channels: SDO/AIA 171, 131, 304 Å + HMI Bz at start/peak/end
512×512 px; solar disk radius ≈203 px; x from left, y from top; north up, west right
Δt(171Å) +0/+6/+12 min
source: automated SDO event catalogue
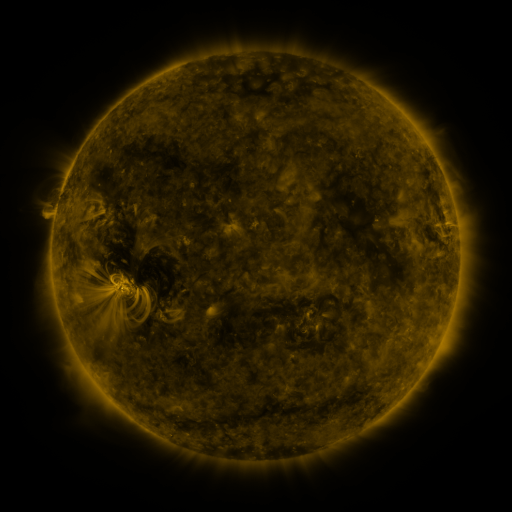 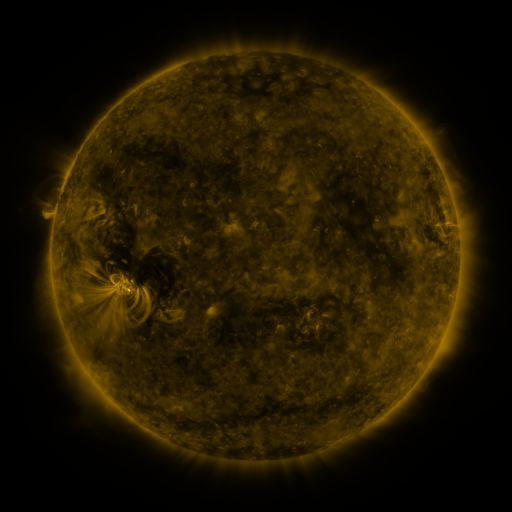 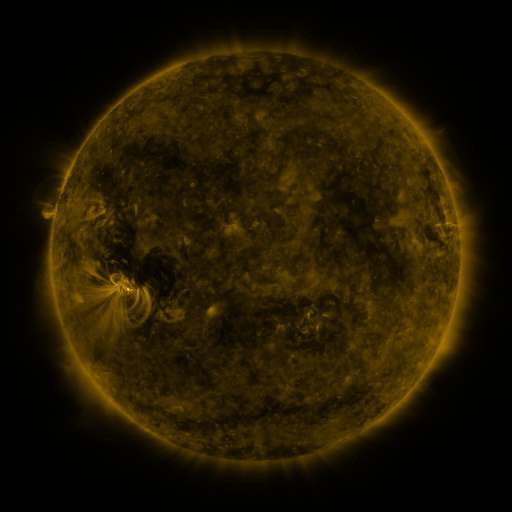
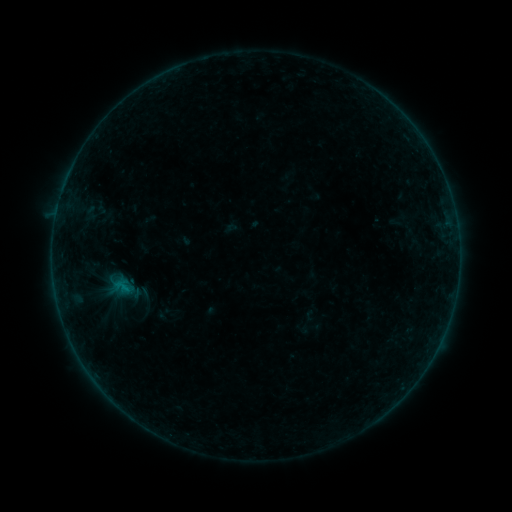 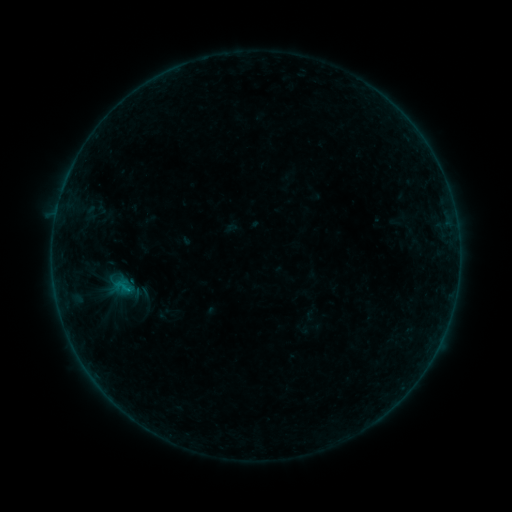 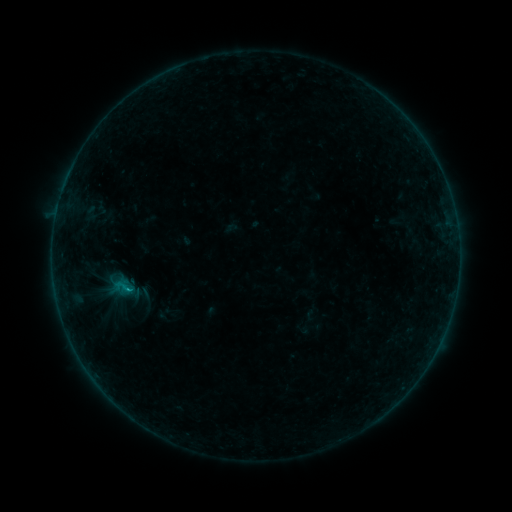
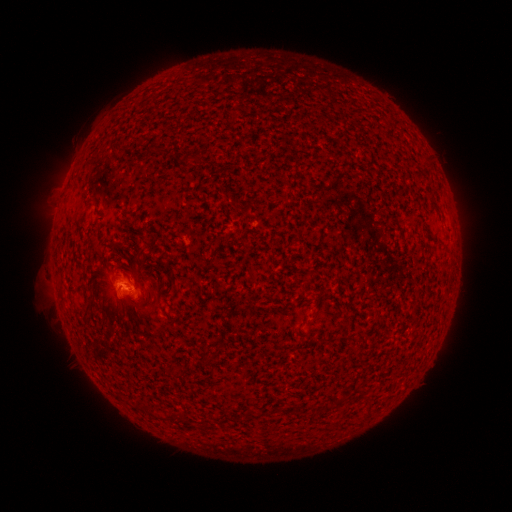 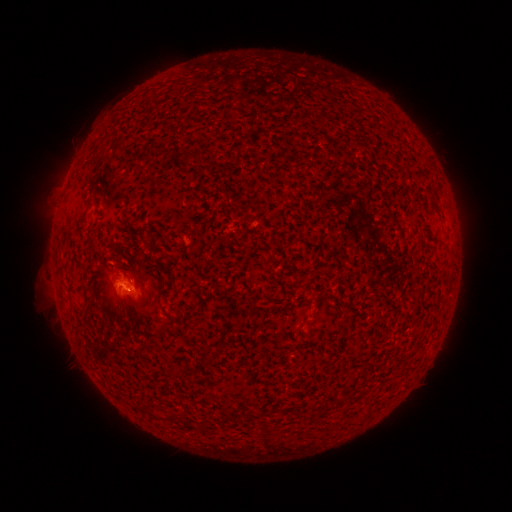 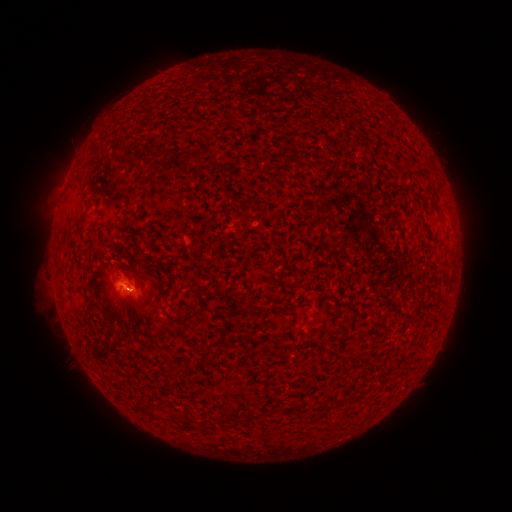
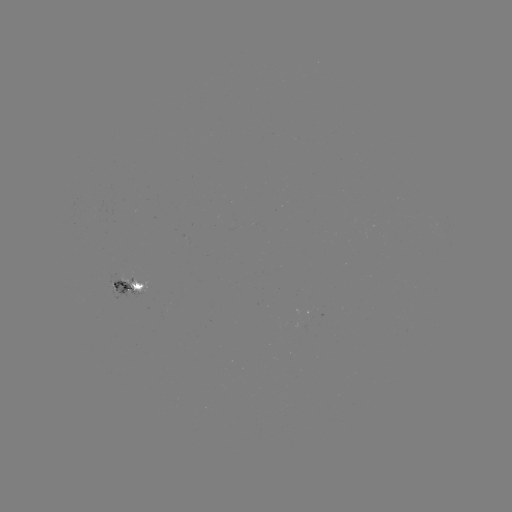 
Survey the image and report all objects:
B5.8 flare: (131, 287)
